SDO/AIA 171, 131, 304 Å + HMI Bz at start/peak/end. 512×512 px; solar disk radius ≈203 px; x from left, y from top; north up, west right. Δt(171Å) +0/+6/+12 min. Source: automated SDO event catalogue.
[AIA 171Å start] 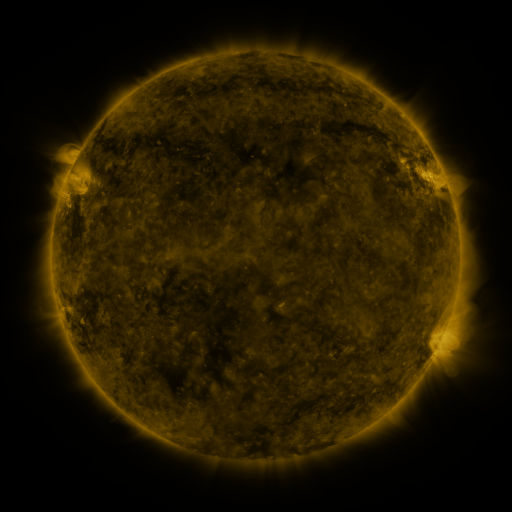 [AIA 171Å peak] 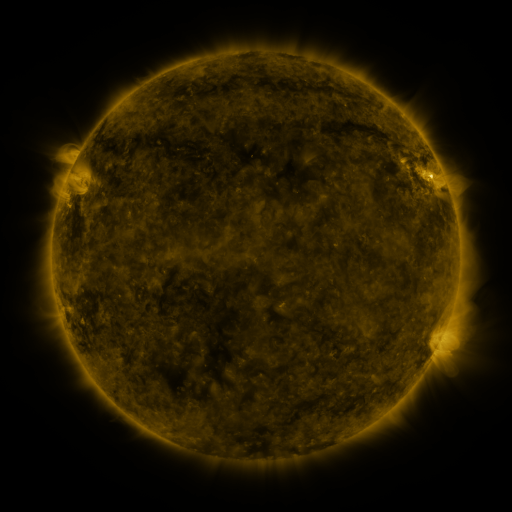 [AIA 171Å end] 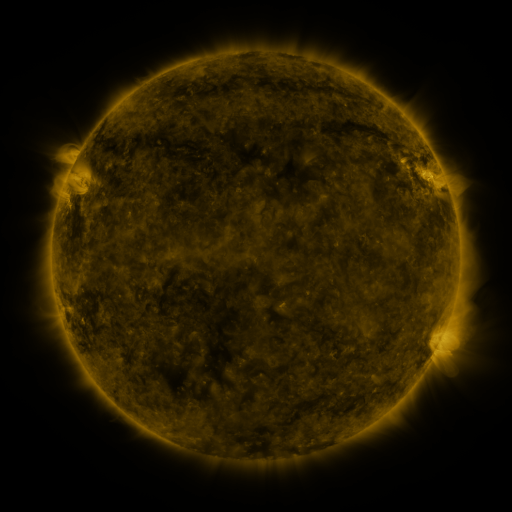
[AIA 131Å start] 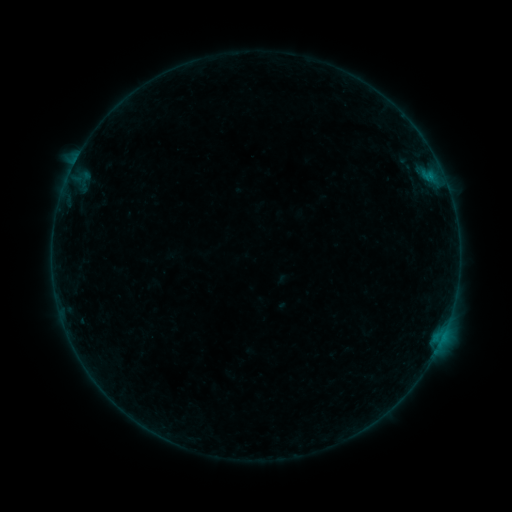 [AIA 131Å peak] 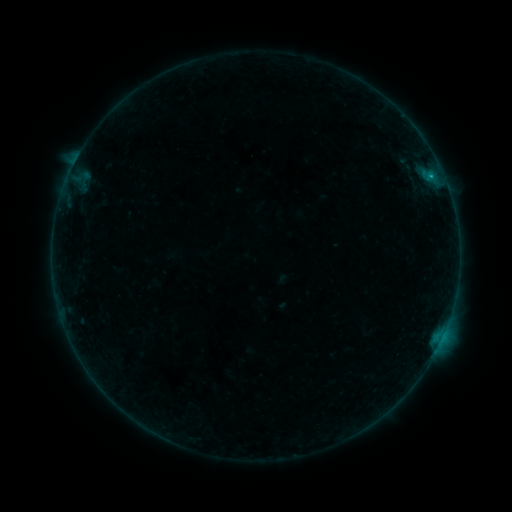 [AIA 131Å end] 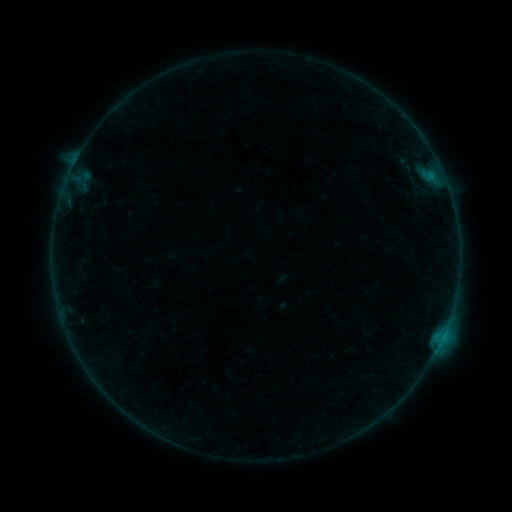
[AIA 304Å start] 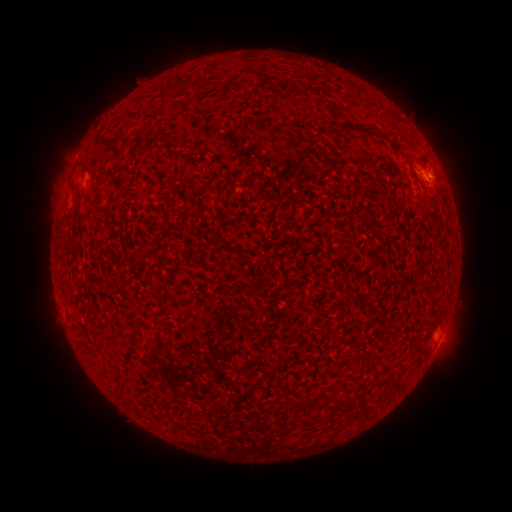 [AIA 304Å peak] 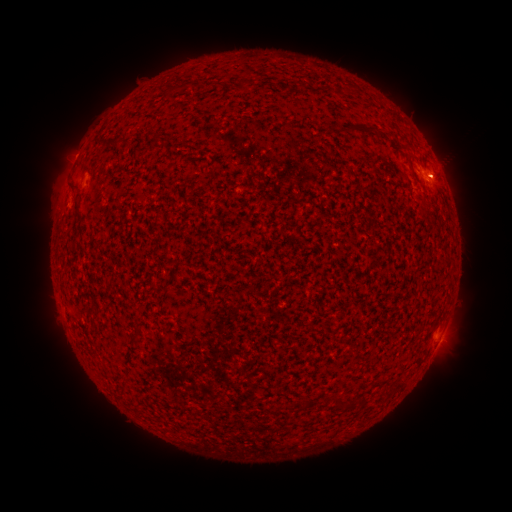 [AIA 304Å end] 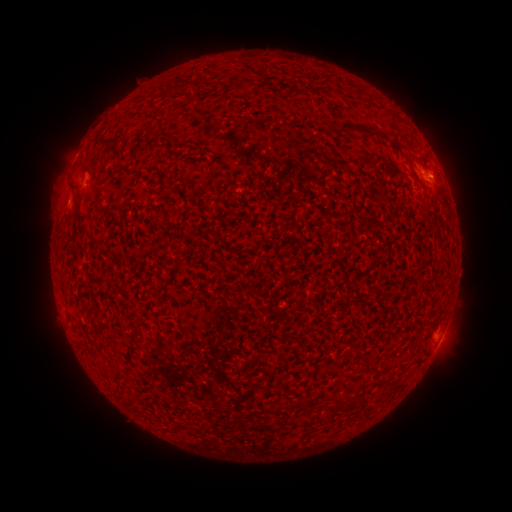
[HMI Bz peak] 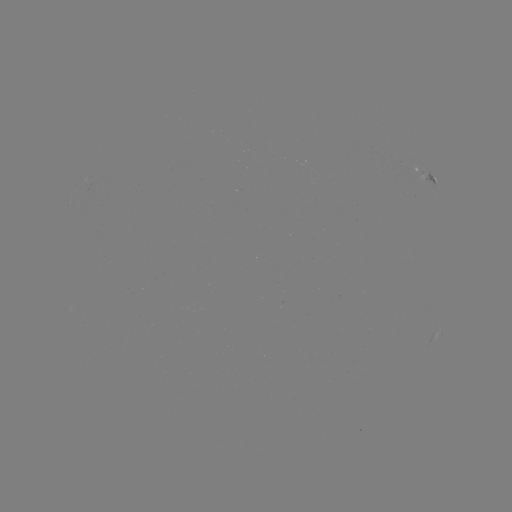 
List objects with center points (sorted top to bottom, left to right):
B2.5 flare: (431, 180)
